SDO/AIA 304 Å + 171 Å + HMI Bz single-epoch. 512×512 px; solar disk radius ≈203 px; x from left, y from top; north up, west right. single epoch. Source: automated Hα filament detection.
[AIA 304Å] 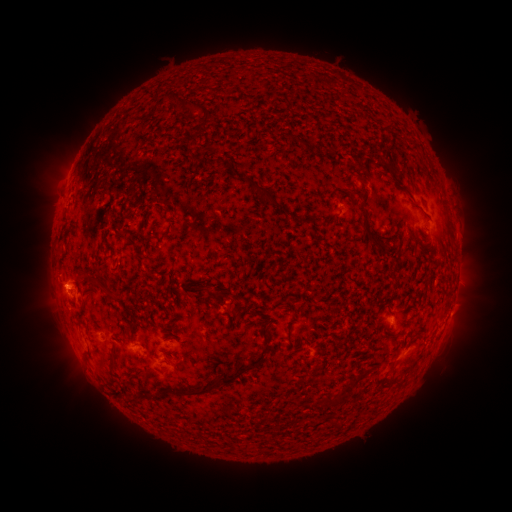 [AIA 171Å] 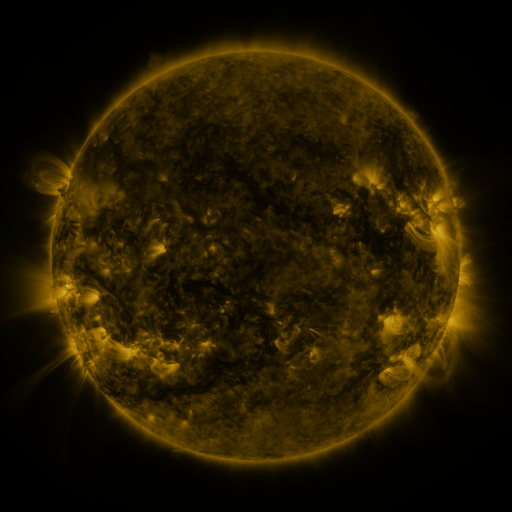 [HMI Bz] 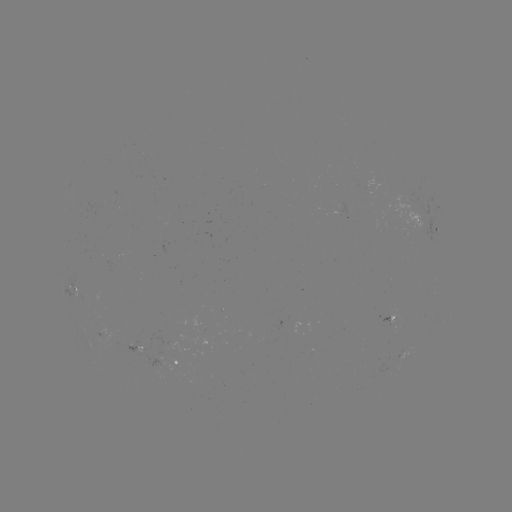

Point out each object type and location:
filament: <bbox>209, 76, 219, 83</bbox>
filament: <bbox>218, 83, 252, 115</bbox>
filament: <bbox>272, 185, 285, 202</bbox>
filament: <bbox>280, 197, 312, 240</bbox>
filament: <bbox>362, 219, 373, 230</bbox>
filament: <bbox>81, 222, 91, 231</bbox>
filament: <bbox>102, 247, 113, 261</bbox>
filament: <bbox>366, 252, 381, 279</bbox>
filament: <bbox>193, 269, 218, 287</bbox>
filament: <bbox>82, 308, 93, 329</bbox>
filament: <bbox>262, 327, 274, 348</bbox>
filament: <bbox>135, 344, 242, 375</bbox>
filament: <bbox>89, 352, 101, 363</bbox>
filament: <bbox>277, 408, 298, 425</bbox>
filament: <bbox>353, 415, 362, 424</bbox>
